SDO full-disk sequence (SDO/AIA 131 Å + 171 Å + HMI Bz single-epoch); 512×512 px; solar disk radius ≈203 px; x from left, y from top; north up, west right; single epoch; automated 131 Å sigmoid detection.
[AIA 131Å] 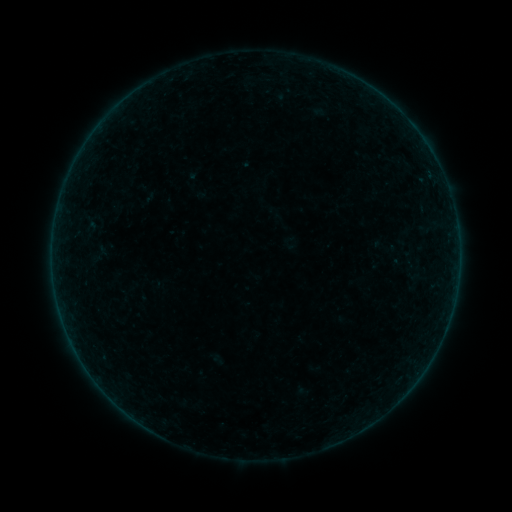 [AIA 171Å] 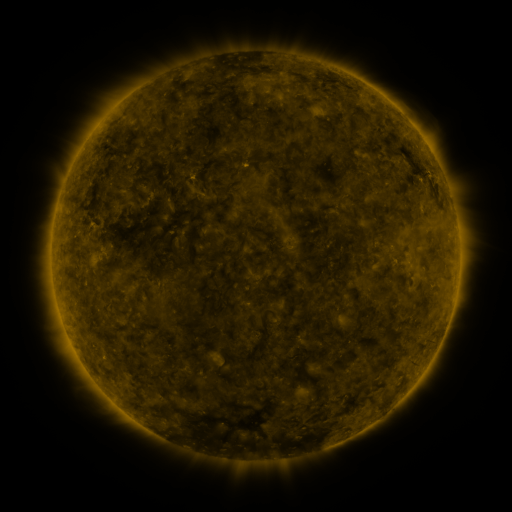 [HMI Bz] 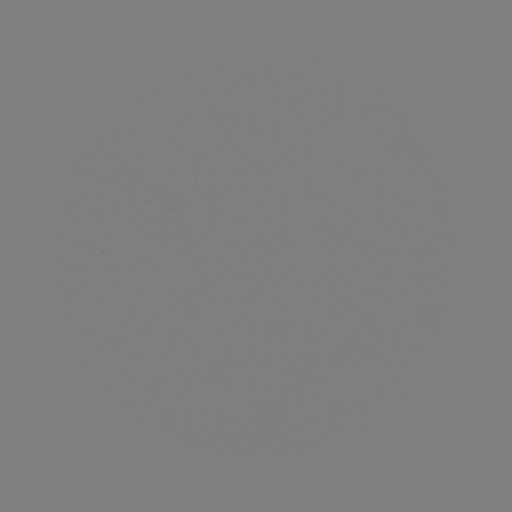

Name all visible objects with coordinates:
sigmoid: [90, 244, 110, 263]
